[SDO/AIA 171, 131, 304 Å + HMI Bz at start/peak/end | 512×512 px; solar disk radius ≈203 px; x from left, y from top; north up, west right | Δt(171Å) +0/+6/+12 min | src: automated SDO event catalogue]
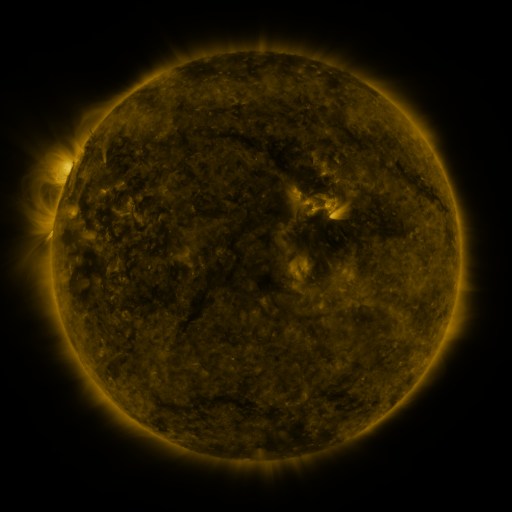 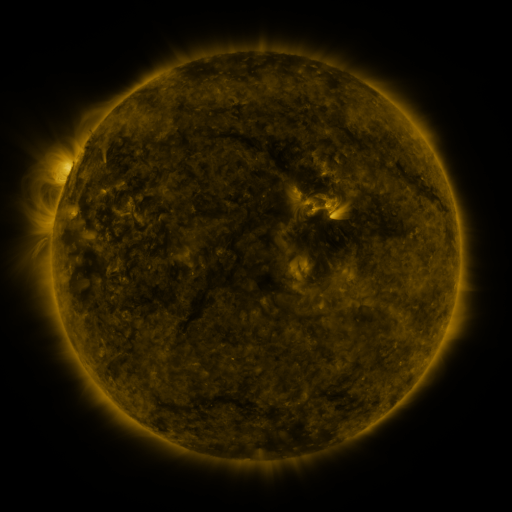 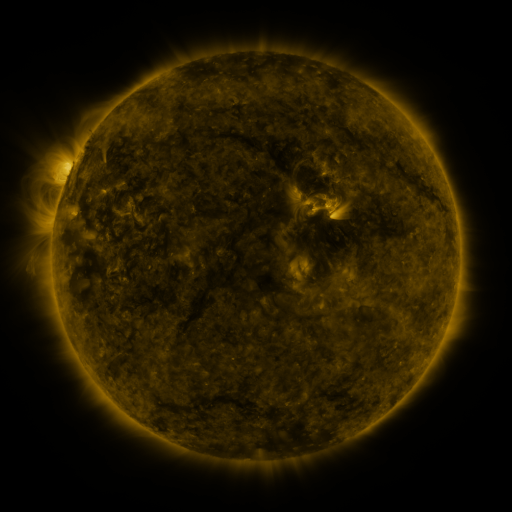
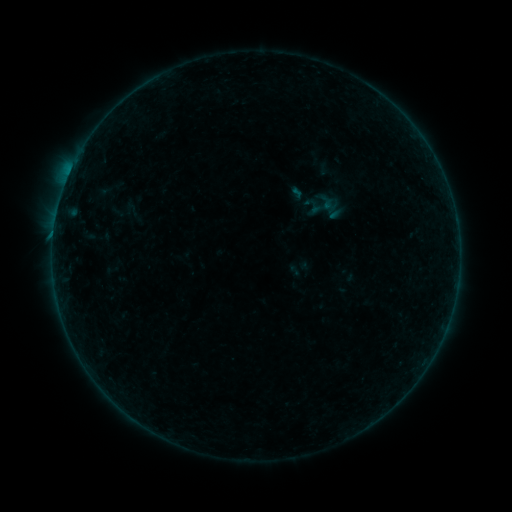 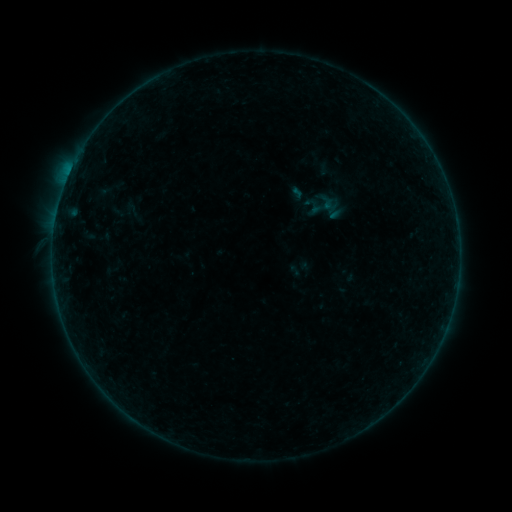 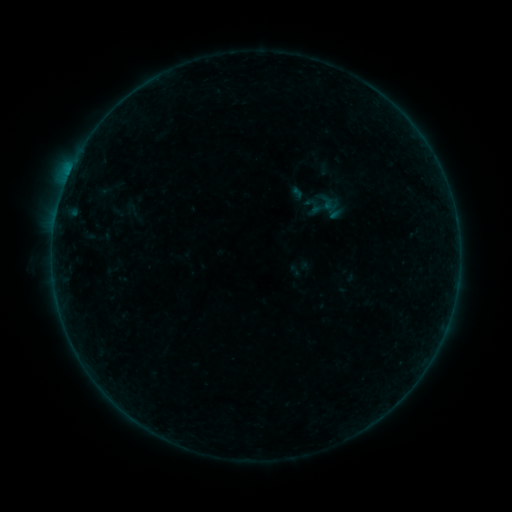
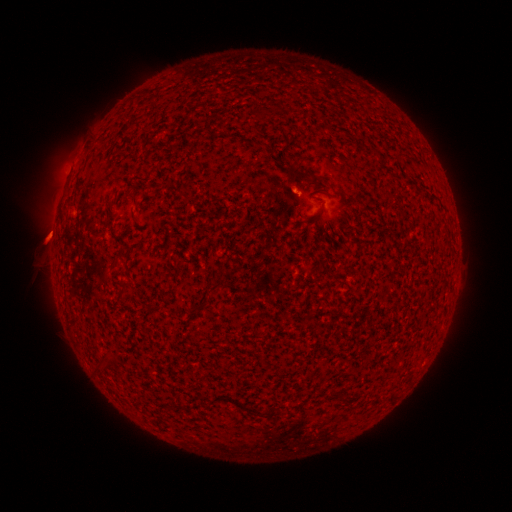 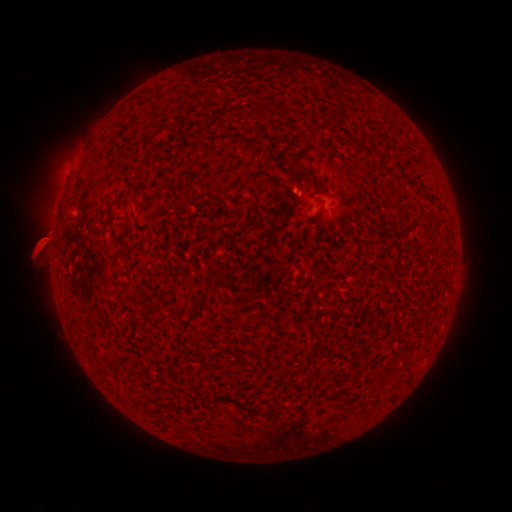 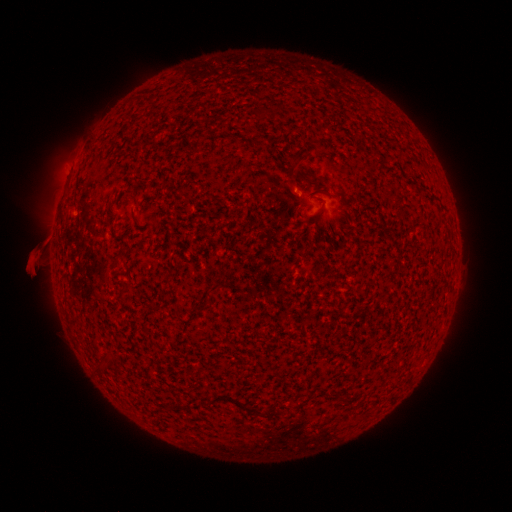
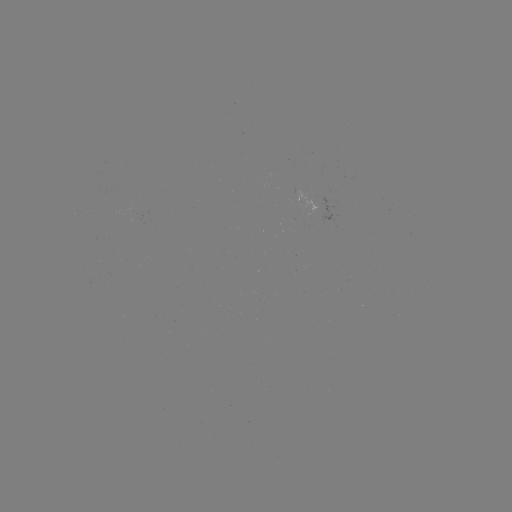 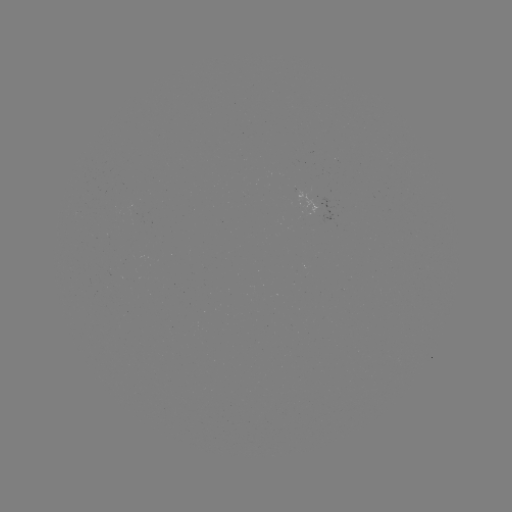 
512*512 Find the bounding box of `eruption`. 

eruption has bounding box [23, 213, 73, 271].